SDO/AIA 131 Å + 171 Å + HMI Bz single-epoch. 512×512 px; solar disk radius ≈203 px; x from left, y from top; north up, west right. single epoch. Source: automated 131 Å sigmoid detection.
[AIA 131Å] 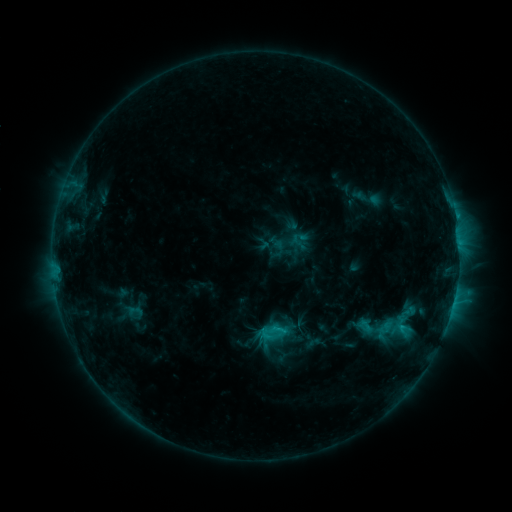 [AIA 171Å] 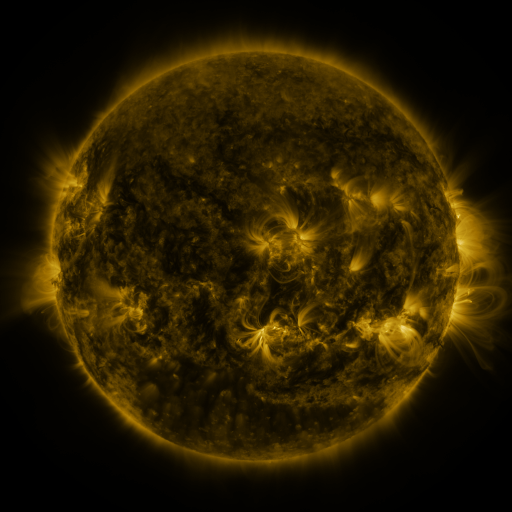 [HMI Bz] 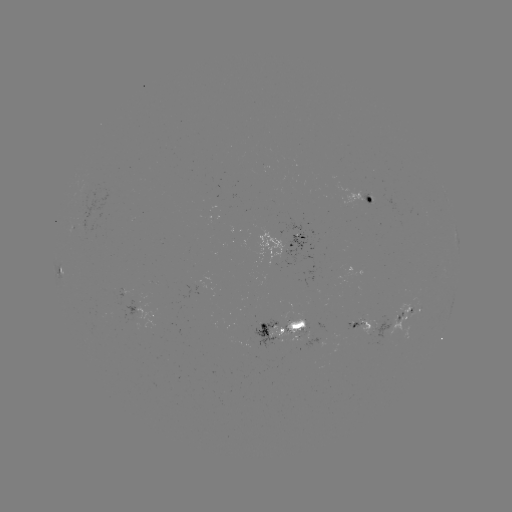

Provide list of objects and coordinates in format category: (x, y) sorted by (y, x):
sigmoid: (371, 332)
